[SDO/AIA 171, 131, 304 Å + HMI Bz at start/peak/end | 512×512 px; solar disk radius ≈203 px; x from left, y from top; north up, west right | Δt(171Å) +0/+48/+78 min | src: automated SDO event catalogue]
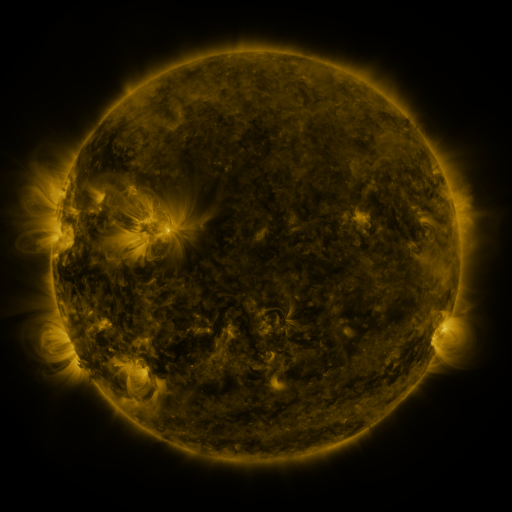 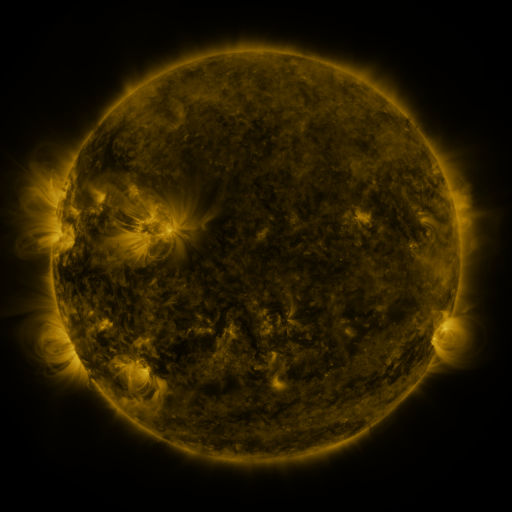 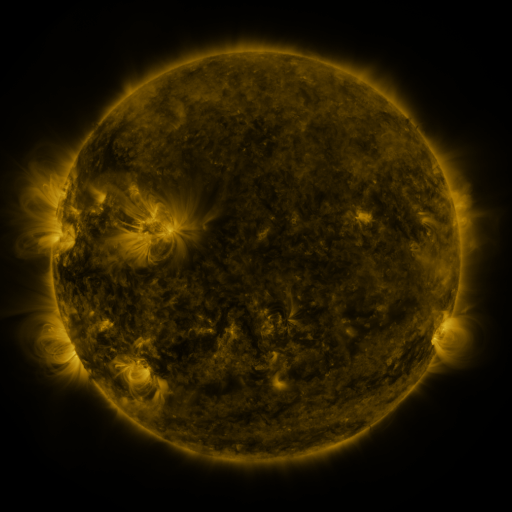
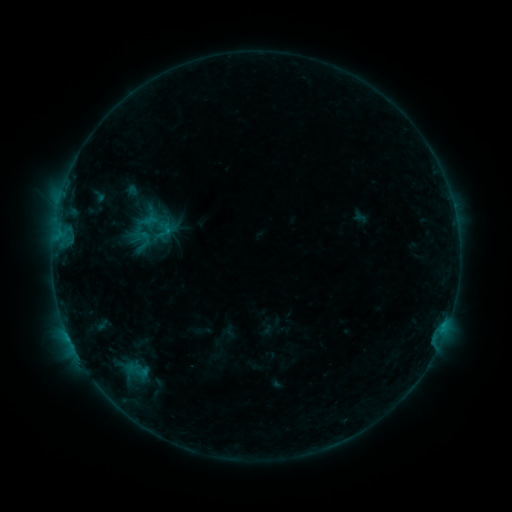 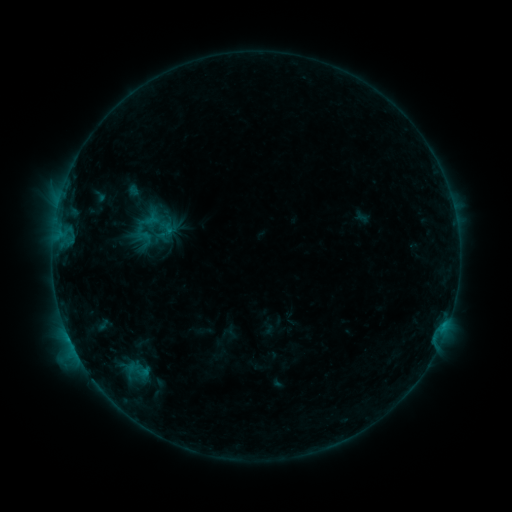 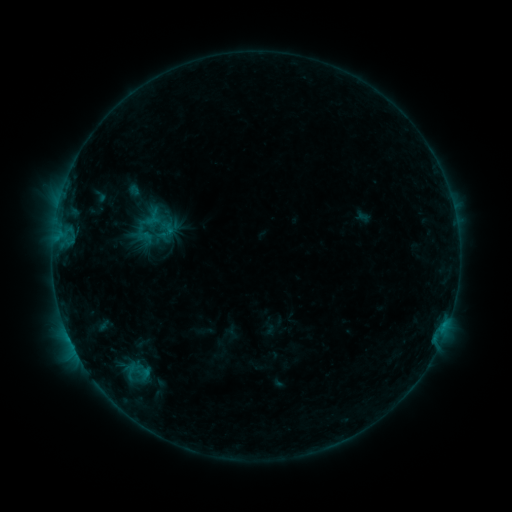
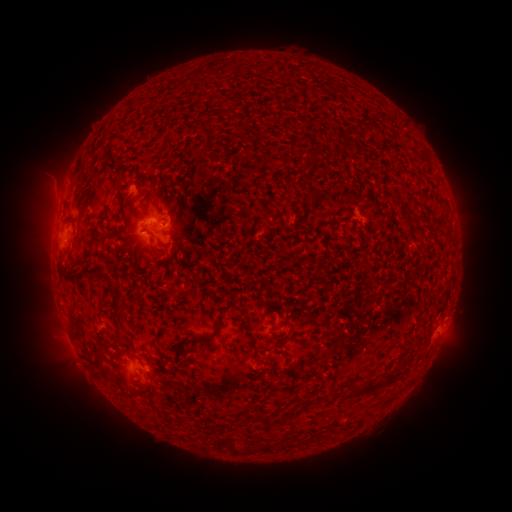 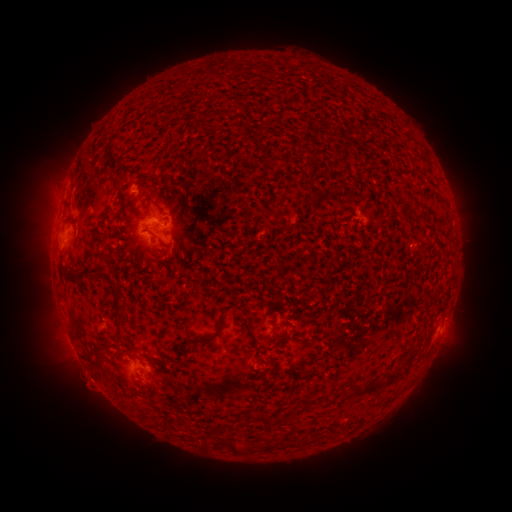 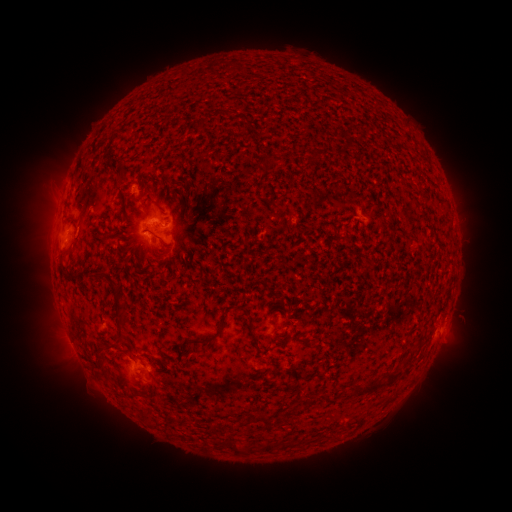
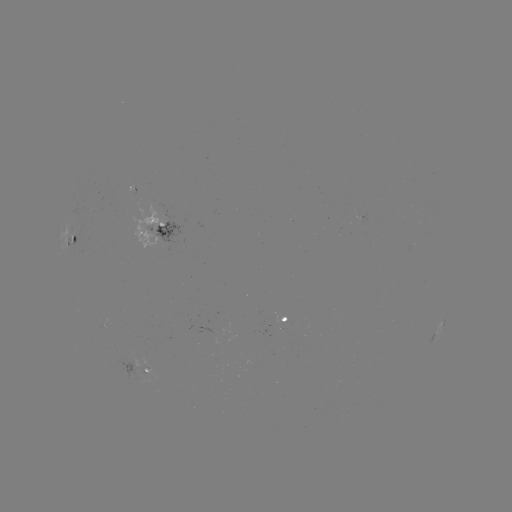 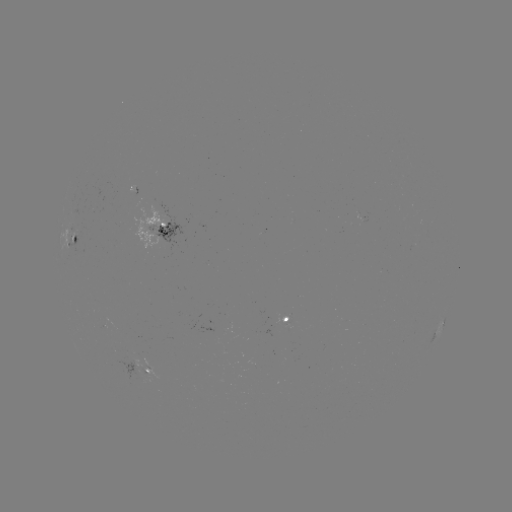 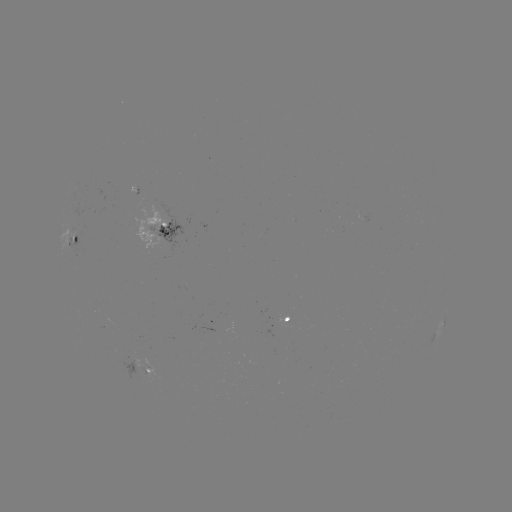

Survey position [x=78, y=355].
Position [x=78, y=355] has B8.2 flare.